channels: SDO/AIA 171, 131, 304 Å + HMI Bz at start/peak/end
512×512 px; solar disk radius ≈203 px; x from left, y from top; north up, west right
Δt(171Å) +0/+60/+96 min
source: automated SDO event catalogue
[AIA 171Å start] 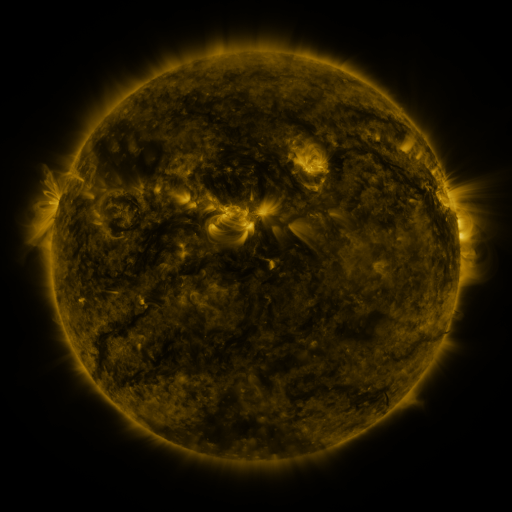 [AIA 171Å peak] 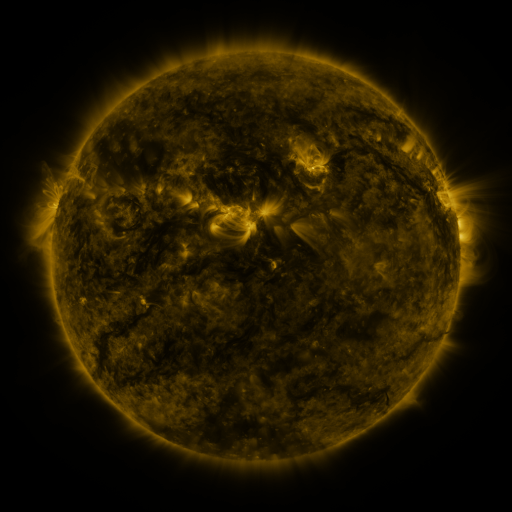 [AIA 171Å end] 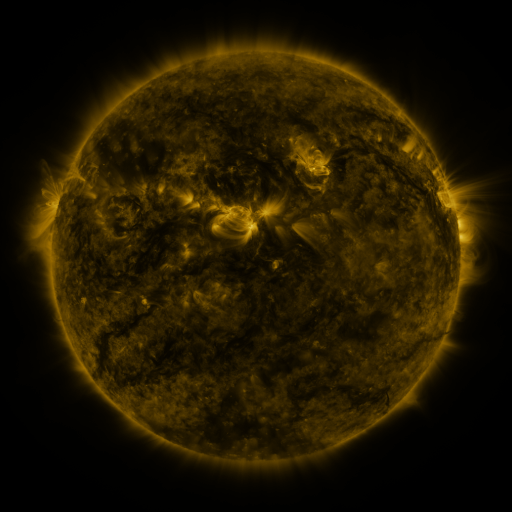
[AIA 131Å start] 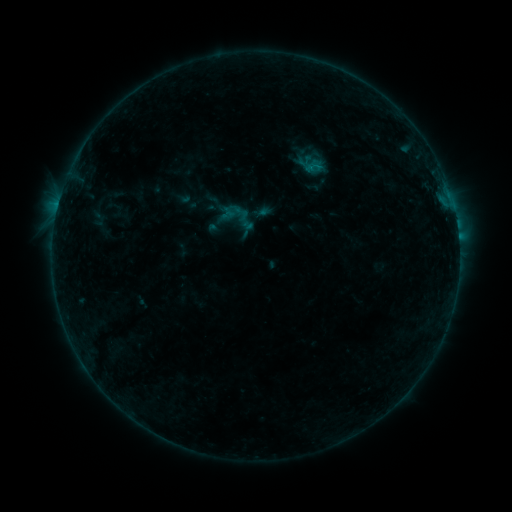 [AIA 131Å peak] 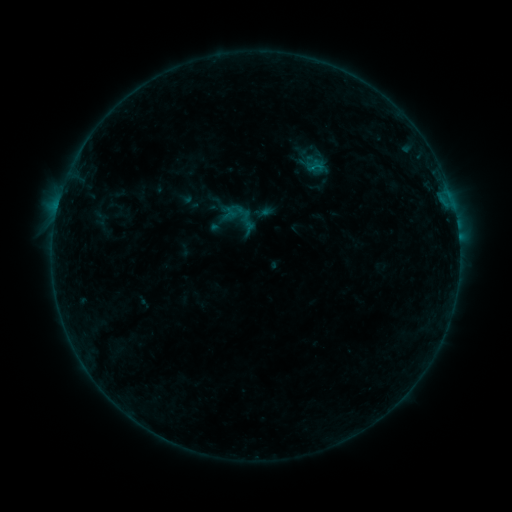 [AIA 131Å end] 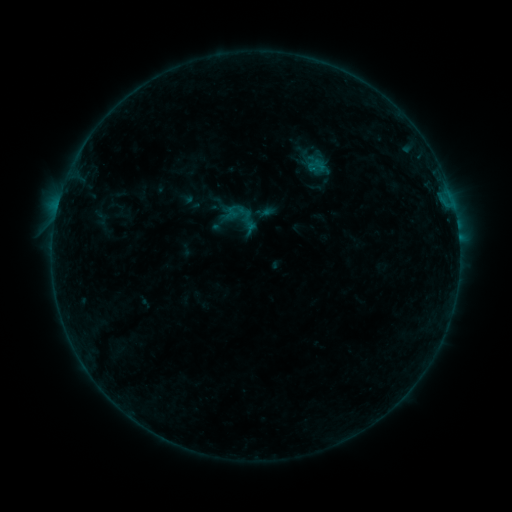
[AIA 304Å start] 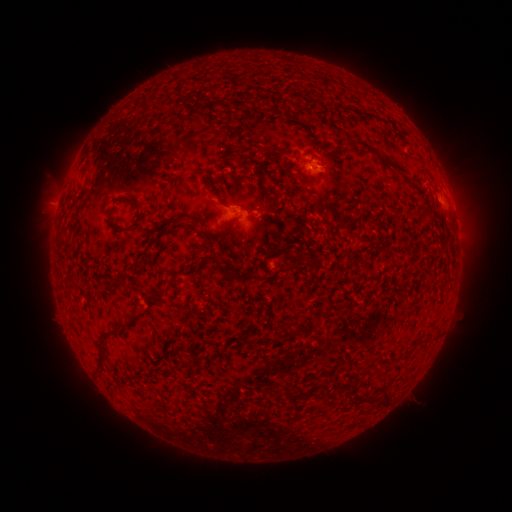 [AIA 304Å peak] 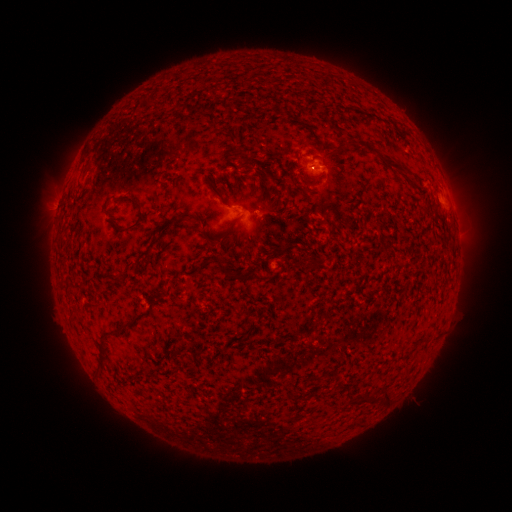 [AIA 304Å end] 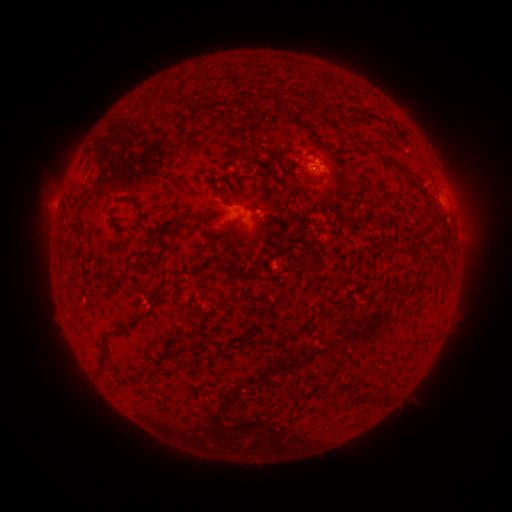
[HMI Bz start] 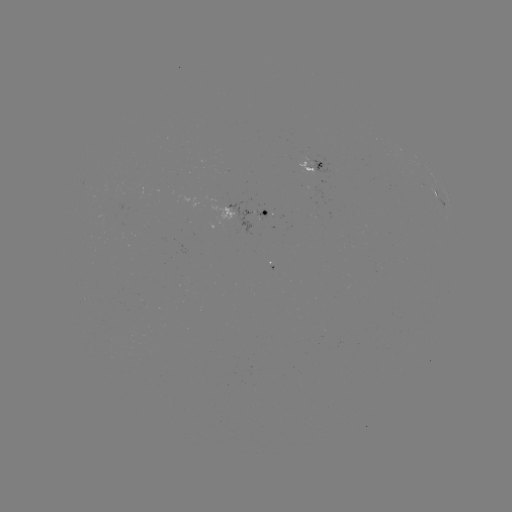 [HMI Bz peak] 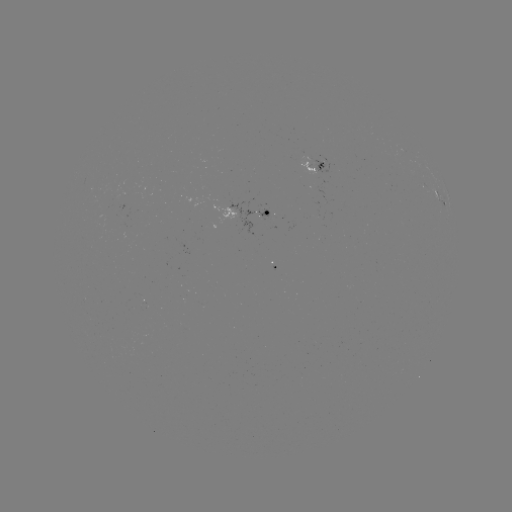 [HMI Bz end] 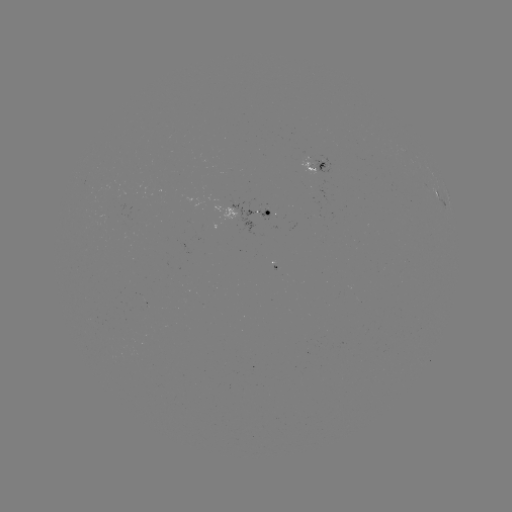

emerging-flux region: (257, 209, 269, 220)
